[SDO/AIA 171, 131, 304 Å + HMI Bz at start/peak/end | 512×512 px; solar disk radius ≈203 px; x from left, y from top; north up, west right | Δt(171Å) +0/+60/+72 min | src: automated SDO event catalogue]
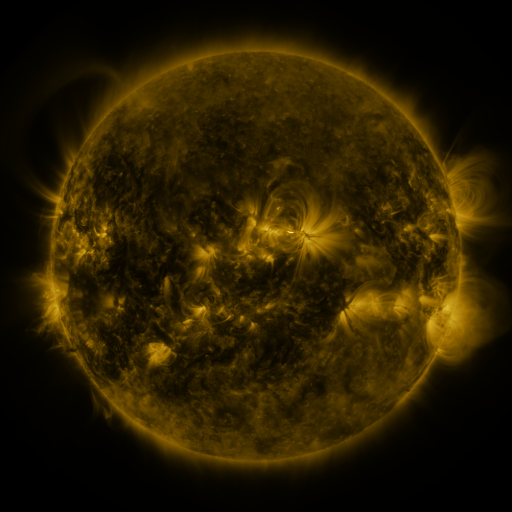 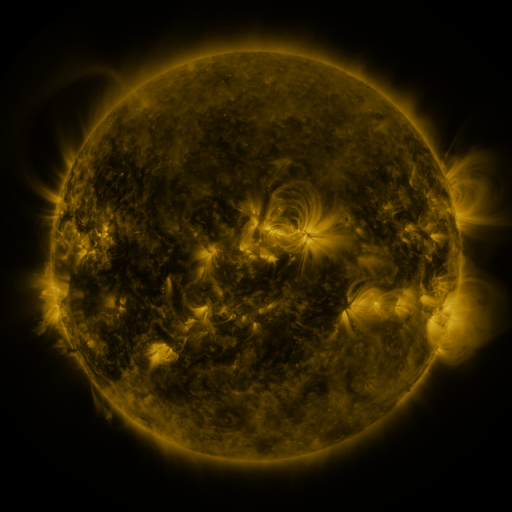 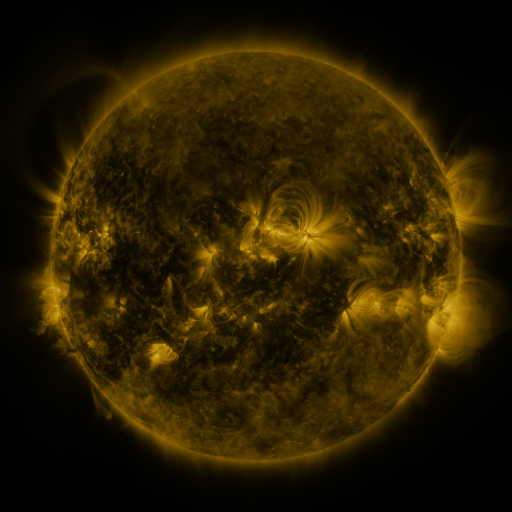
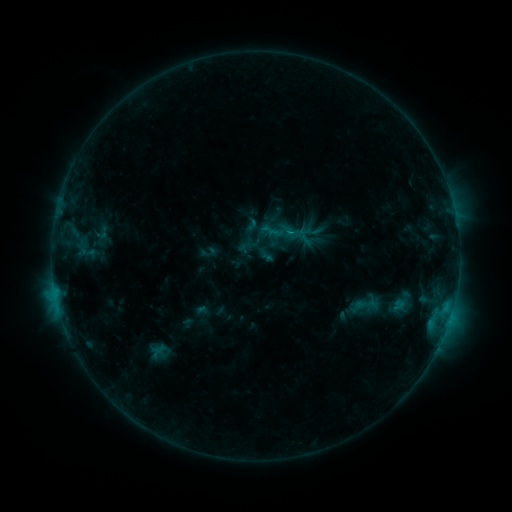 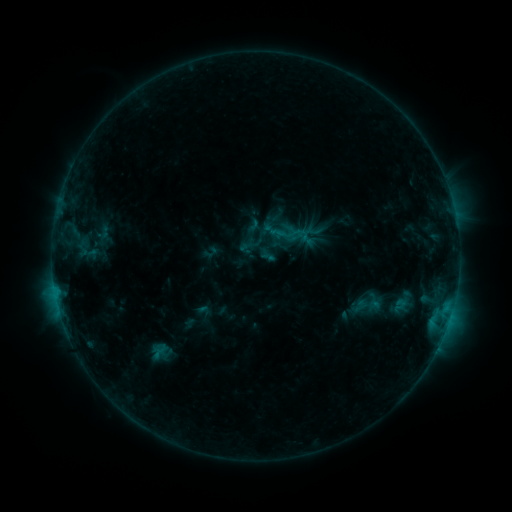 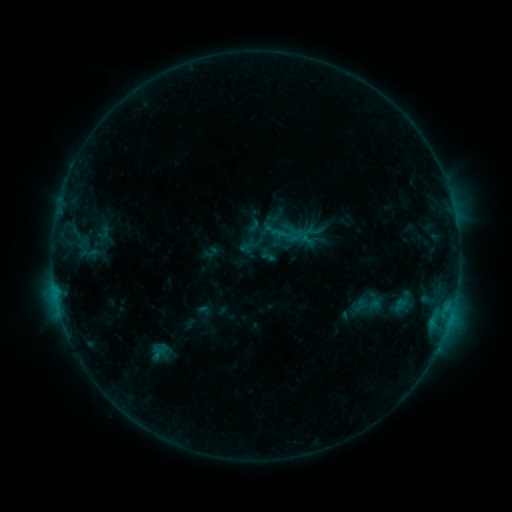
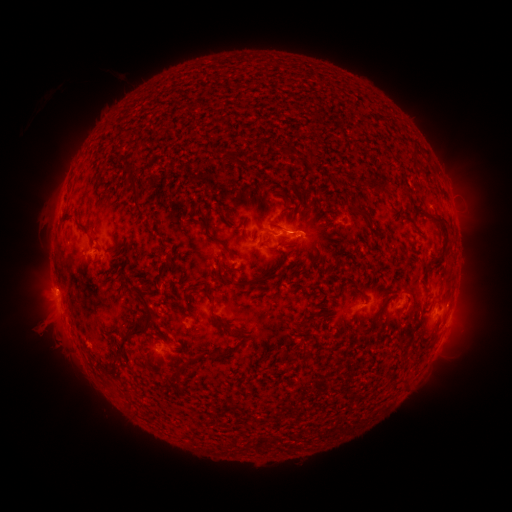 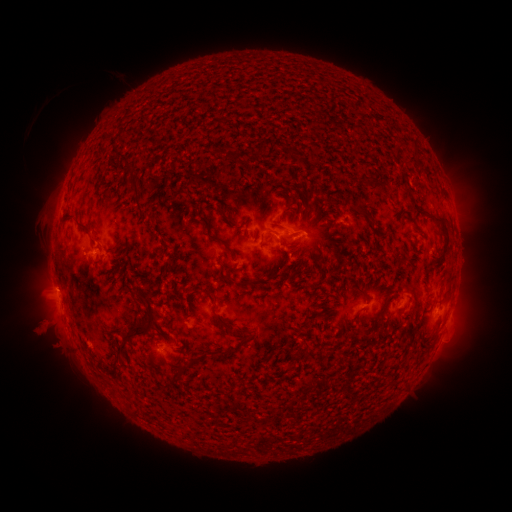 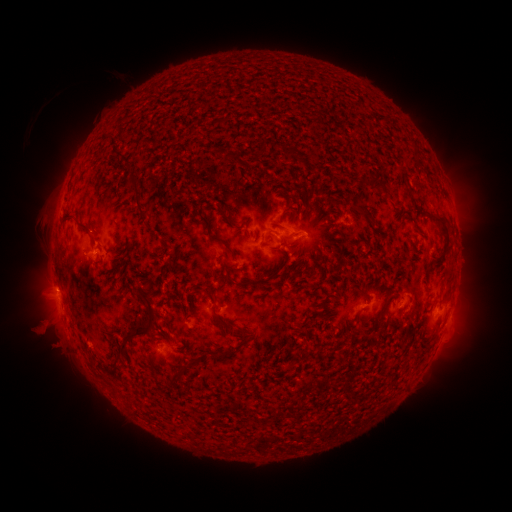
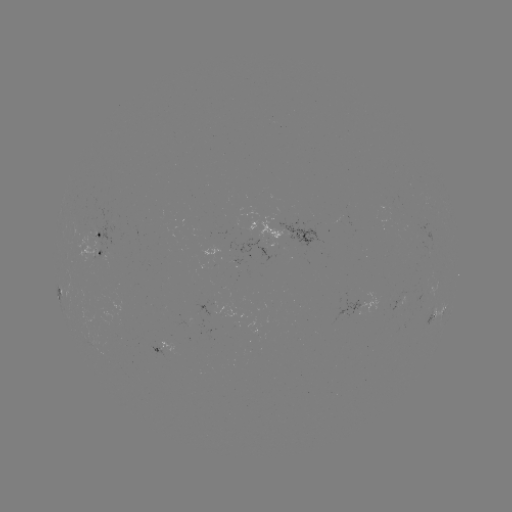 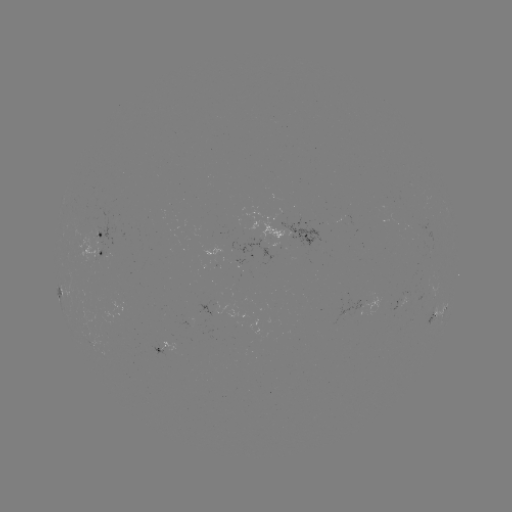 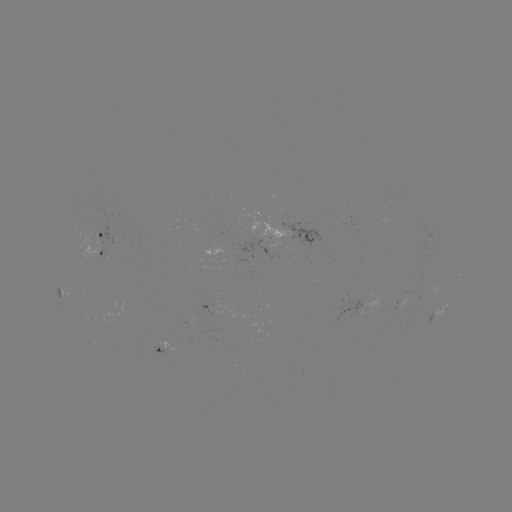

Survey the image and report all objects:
emerging-flux region: (101, 231)
